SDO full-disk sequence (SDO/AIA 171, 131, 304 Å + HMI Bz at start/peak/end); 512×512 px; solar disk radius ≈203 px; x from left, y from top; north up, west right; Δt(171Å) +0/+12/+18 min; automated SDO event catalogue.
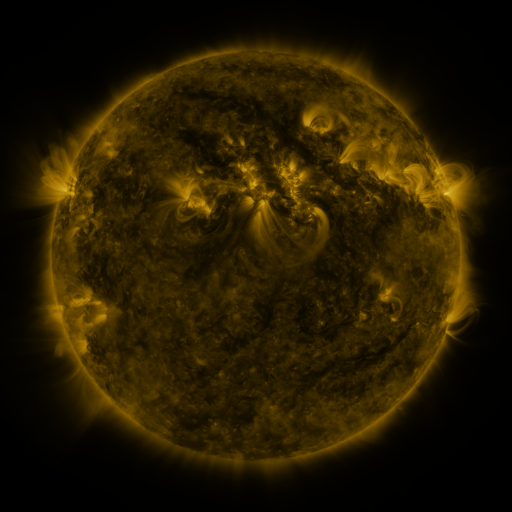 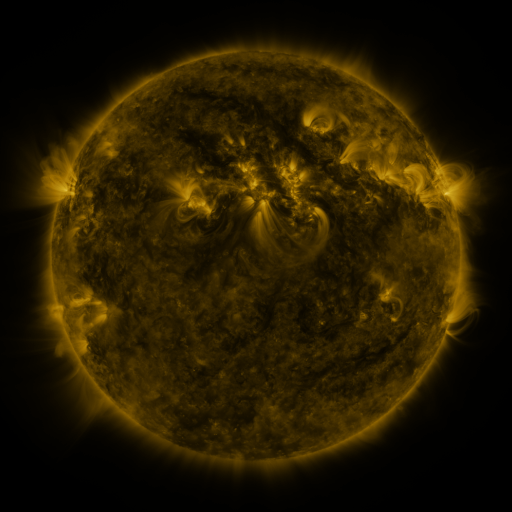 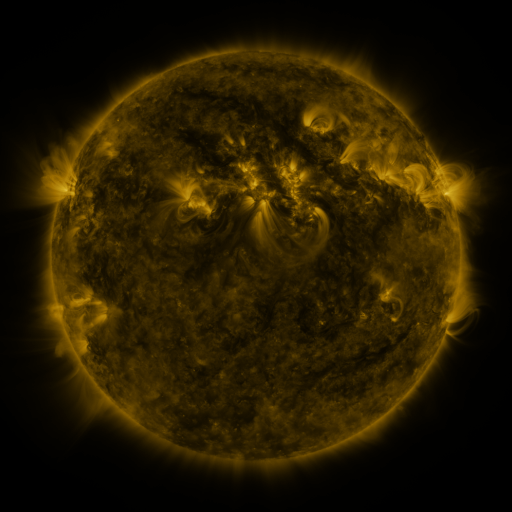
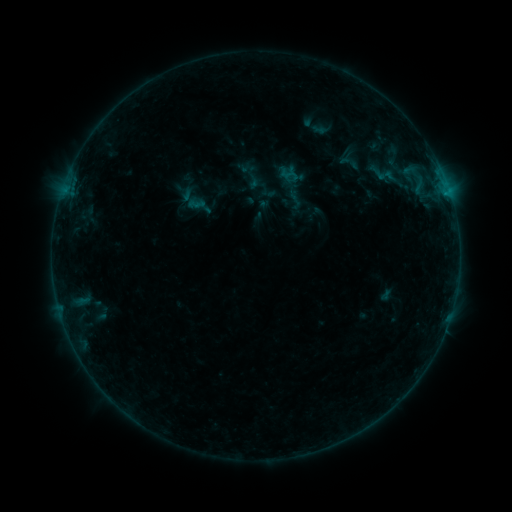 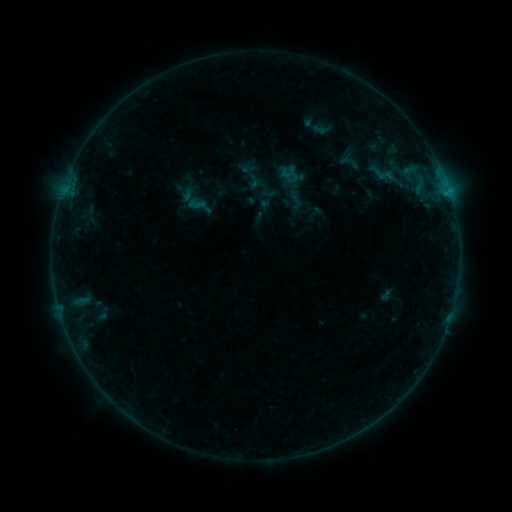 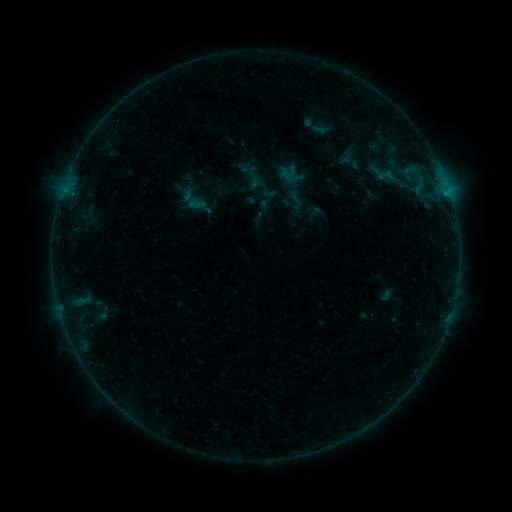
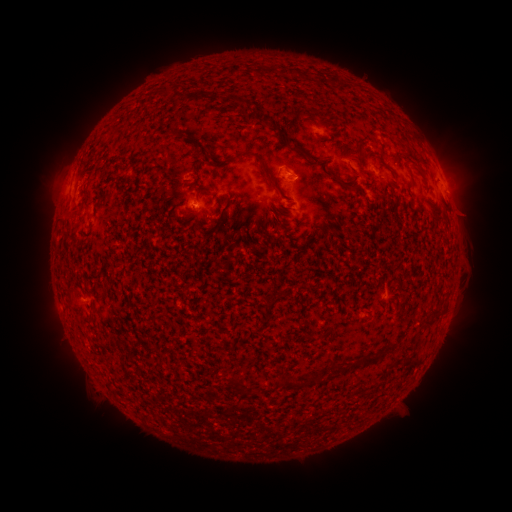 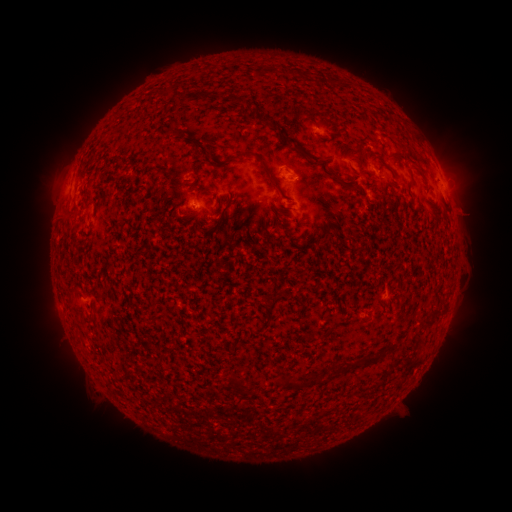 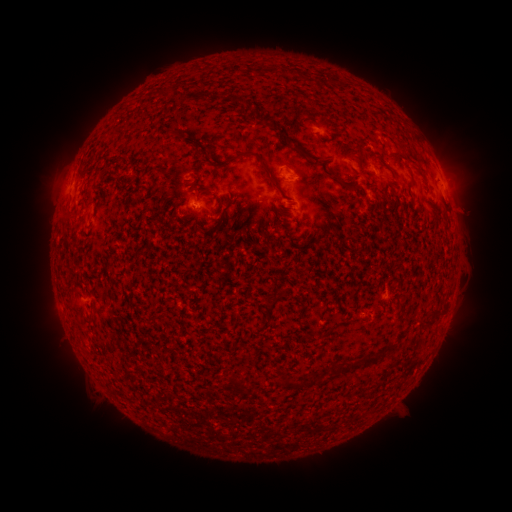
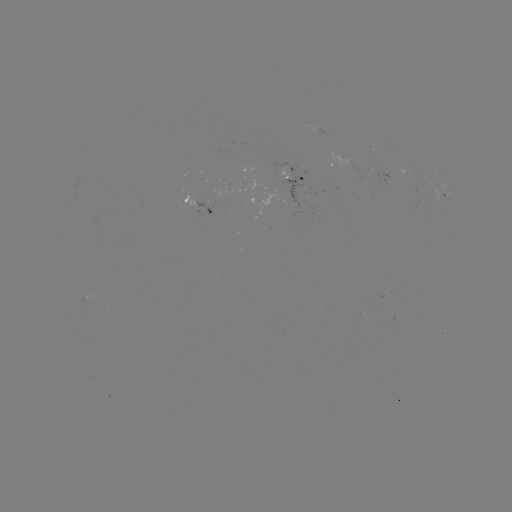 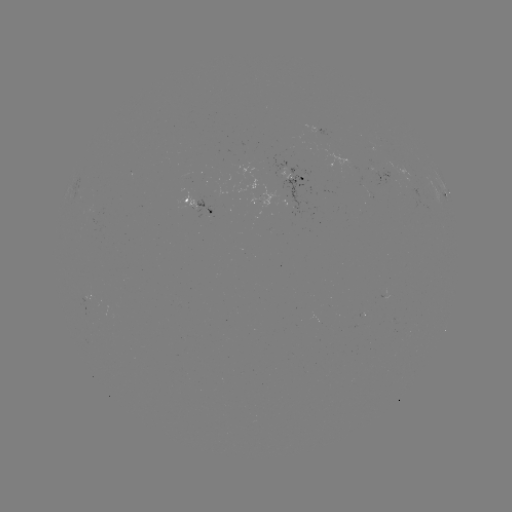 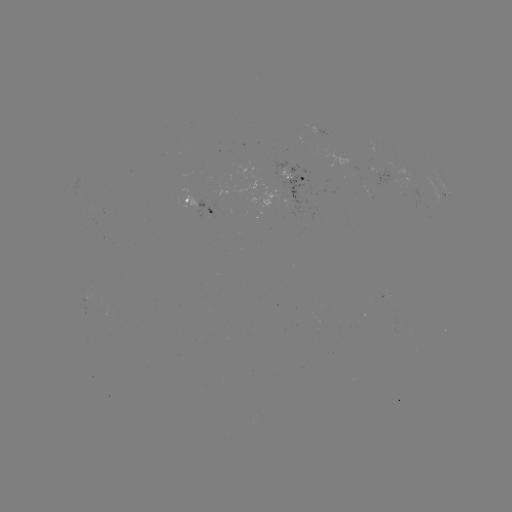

no flare in any classed list; no EUV-trigger detection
